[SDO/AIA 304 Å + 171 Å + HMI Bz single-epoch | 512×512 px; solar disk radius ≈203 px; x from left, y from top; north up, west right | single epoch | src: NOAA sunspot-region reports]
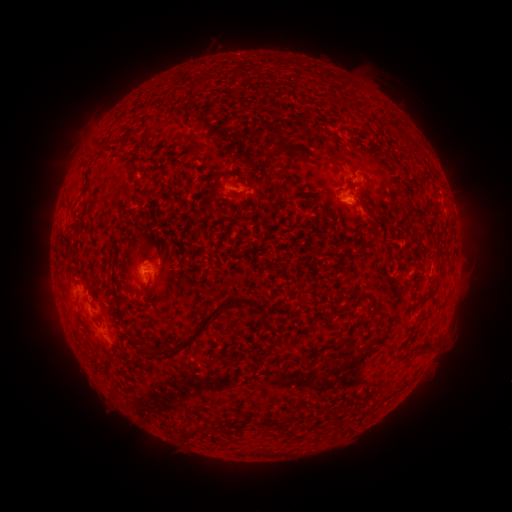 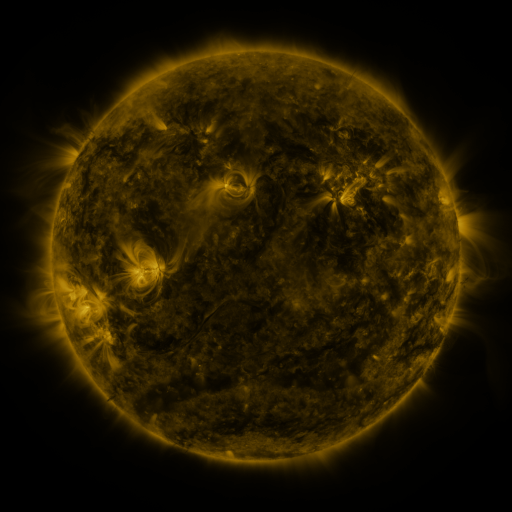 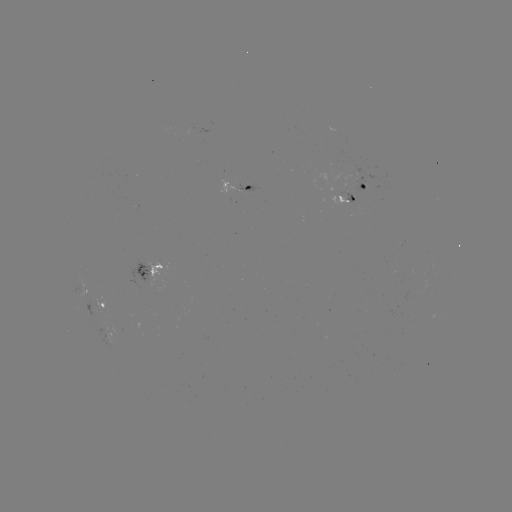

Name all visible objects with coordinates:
spotted active region: (242, 186)
spotted active region: (369, 187)
spotted active region: (344, 198)
spotted active region: (152, 266)
spotted active region: (106, 299)
spotted active region: (111, 330)
